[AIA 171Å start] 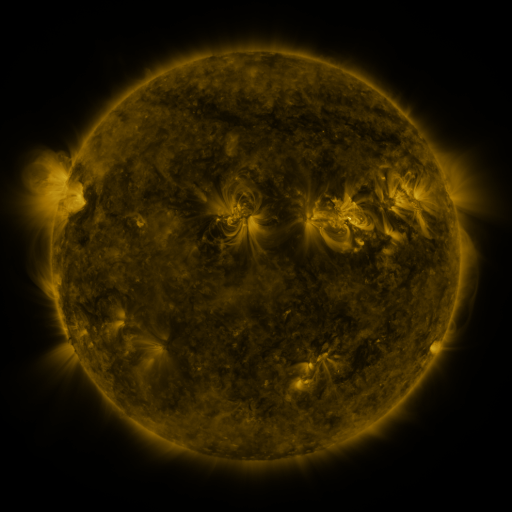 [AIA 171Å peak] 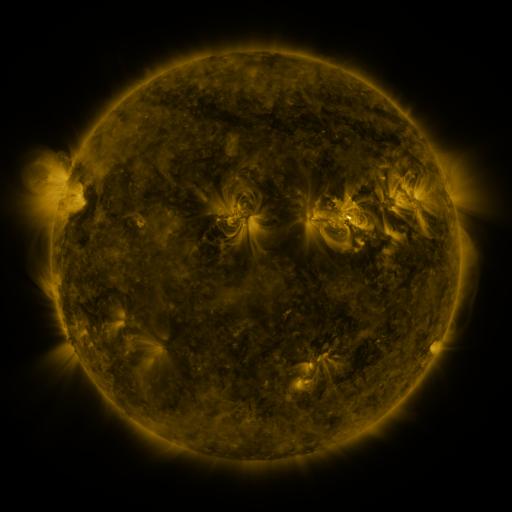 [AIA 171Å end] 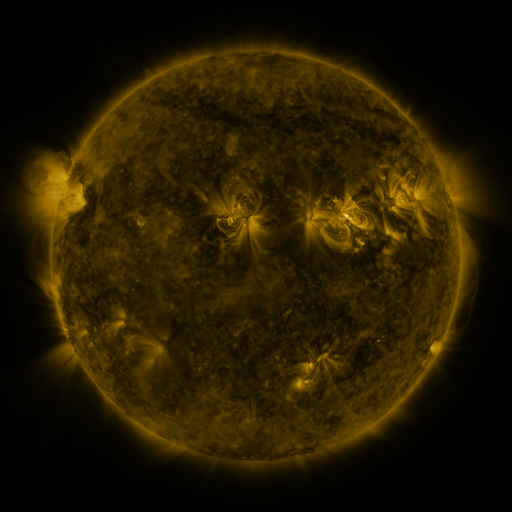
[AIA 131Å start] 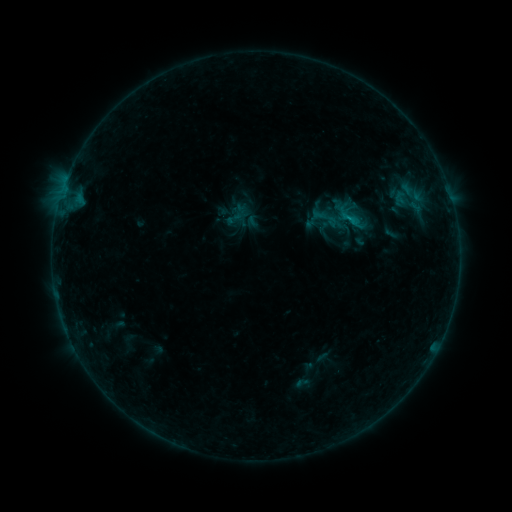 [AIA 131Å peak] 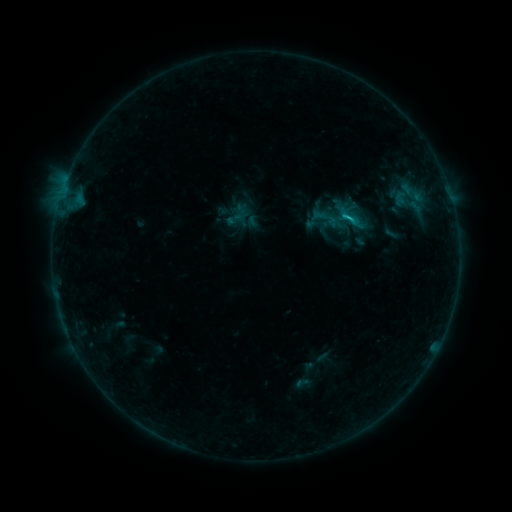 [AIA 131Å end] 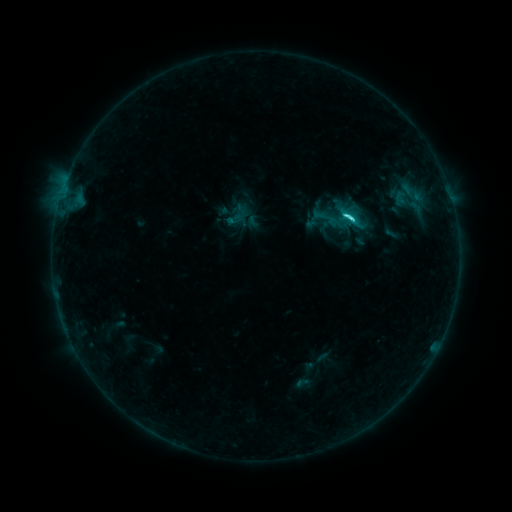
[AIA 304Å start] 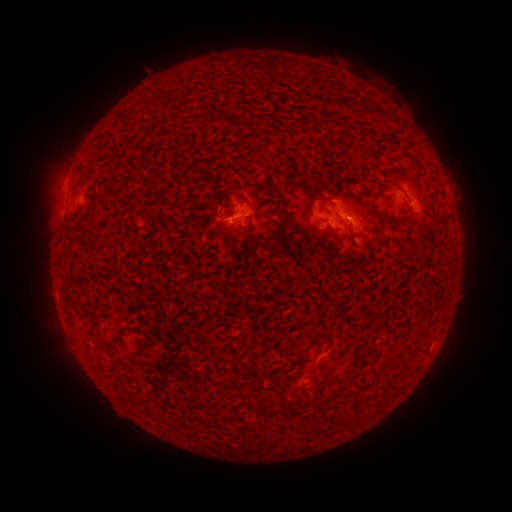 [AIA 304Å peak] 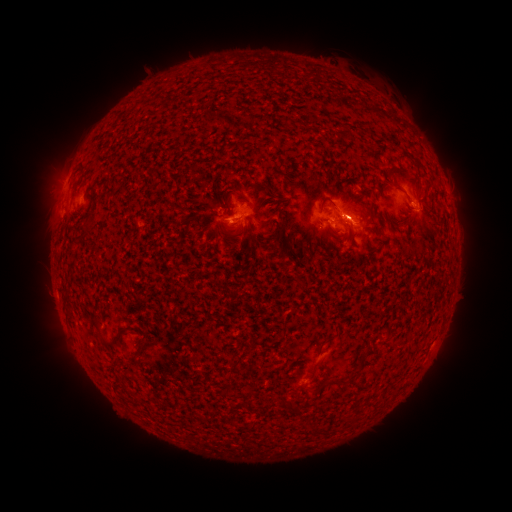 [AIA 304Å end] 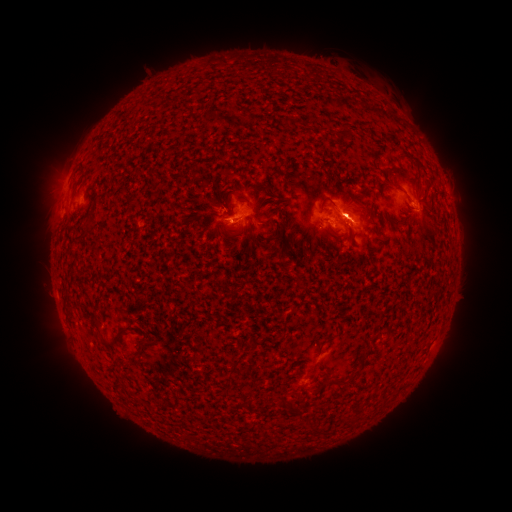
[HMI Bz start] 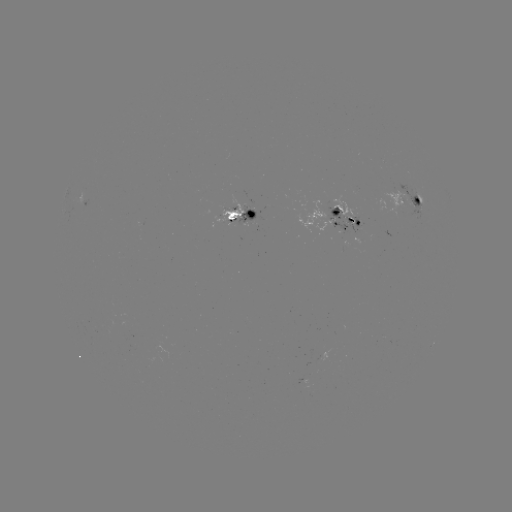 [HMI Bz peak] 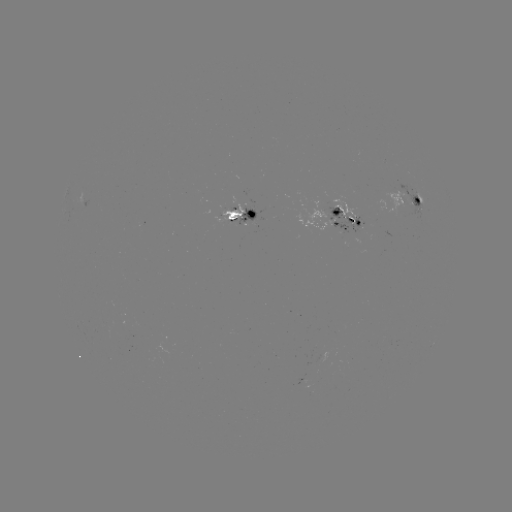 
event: flare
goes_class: C8.7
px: (348, 221)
